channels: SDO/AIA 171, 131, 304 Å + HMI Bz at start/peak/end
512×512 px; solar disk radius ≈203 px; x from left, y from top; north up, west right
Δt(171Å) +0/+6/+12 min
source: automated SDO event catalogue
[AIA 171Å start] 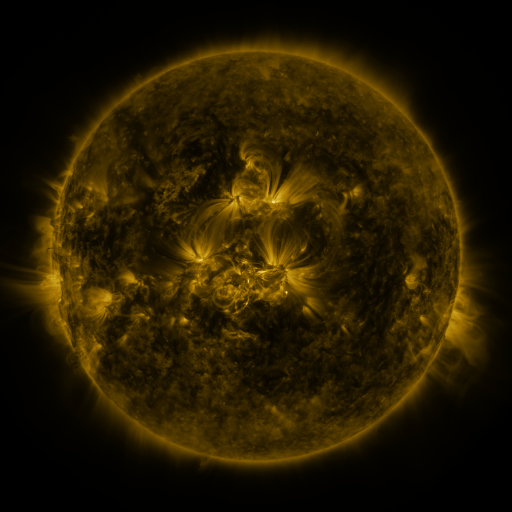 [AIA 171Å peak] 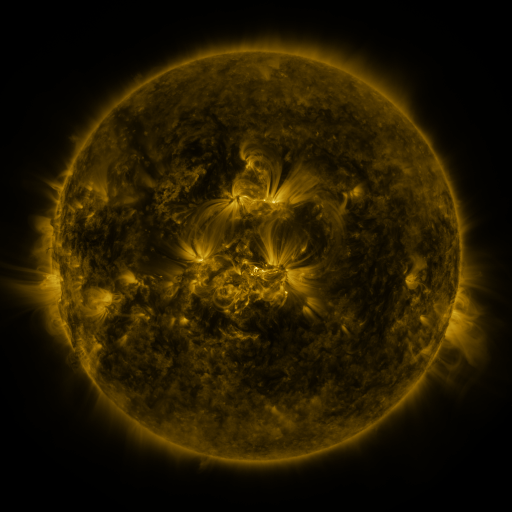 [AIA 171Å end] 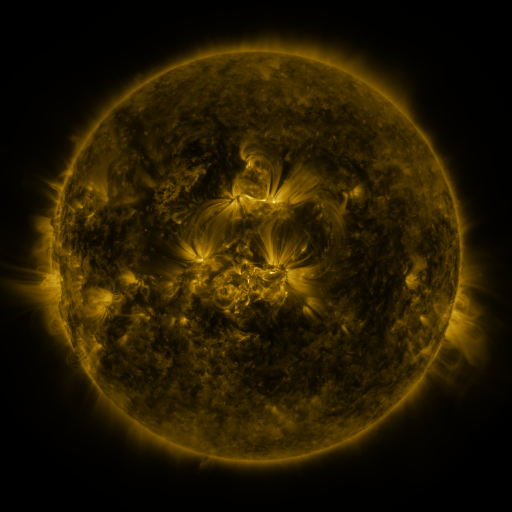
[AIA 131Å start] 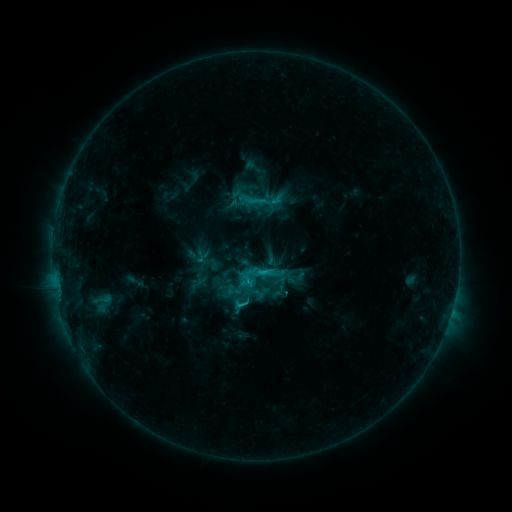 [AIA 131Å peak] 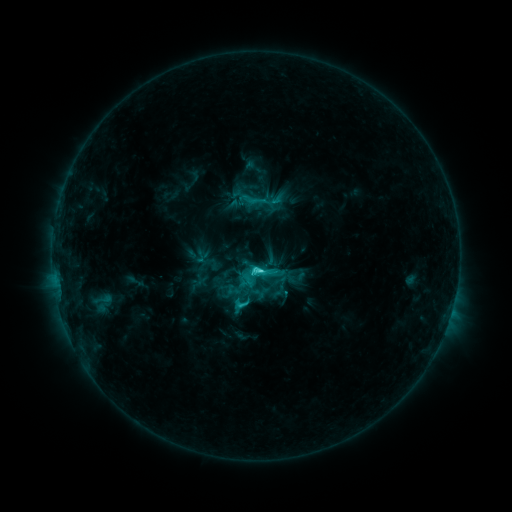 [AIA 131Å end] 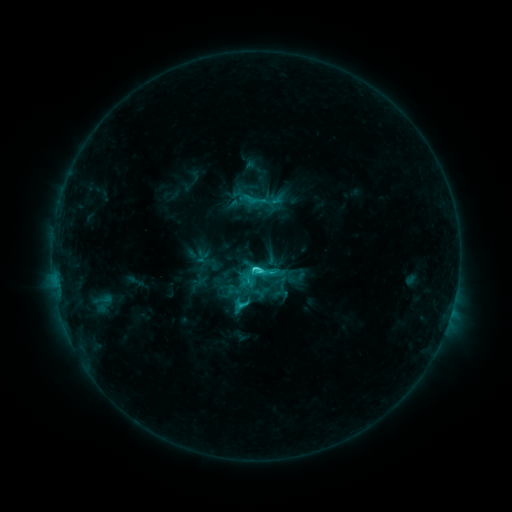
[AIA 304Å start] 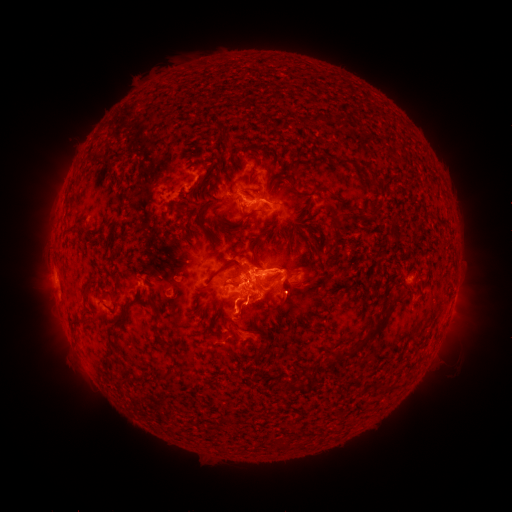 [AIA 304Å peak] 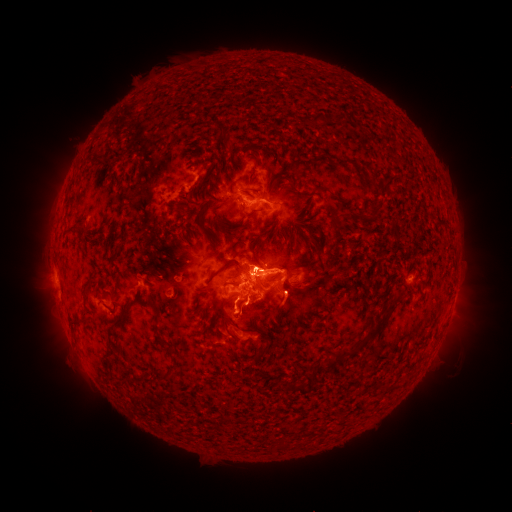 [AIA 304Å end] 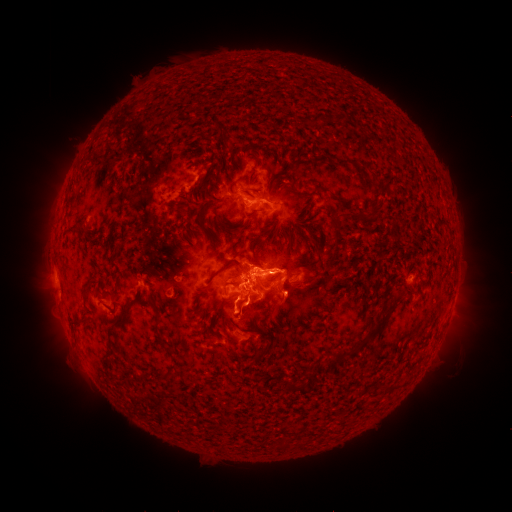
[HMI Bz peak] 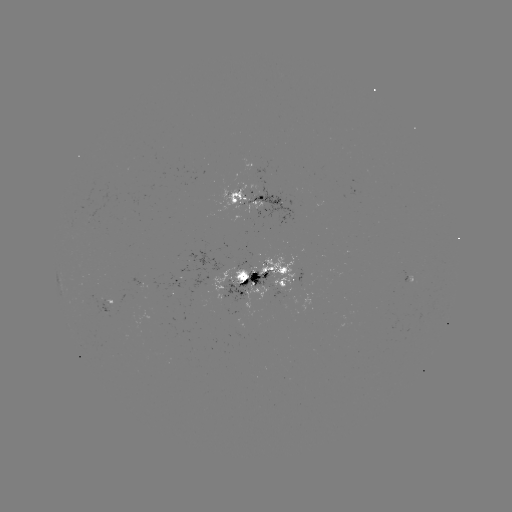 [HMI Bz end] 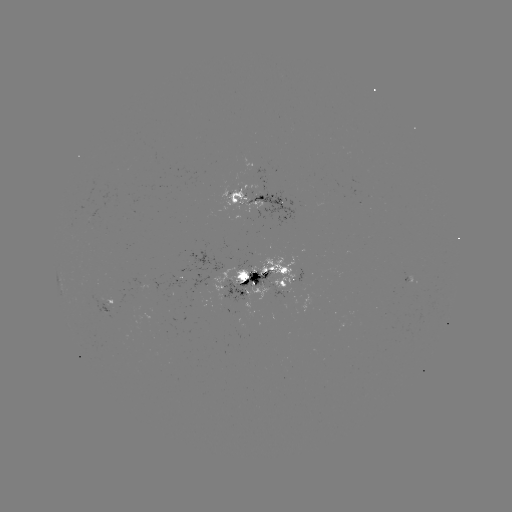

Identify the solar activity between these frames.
C5.7 flare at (256, 269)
